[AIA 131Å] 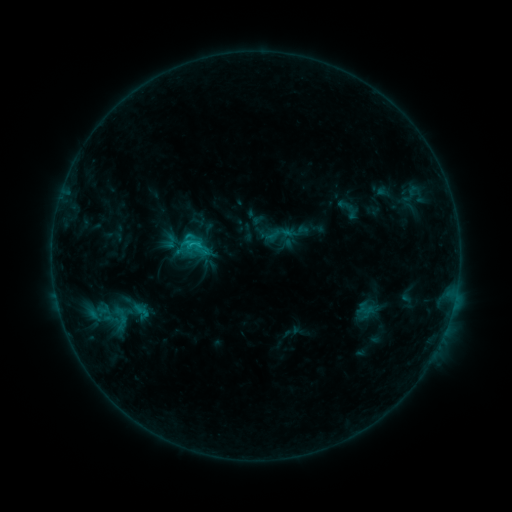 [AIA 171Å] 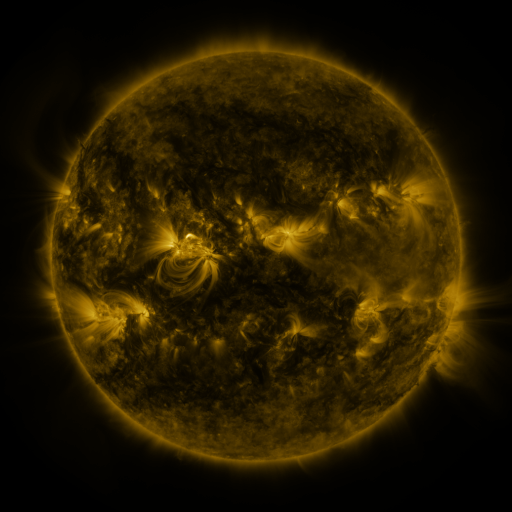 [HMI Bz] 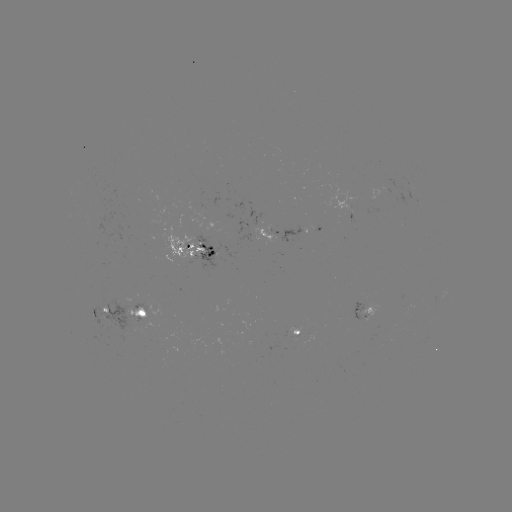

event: sigmoid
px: (278, 234)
